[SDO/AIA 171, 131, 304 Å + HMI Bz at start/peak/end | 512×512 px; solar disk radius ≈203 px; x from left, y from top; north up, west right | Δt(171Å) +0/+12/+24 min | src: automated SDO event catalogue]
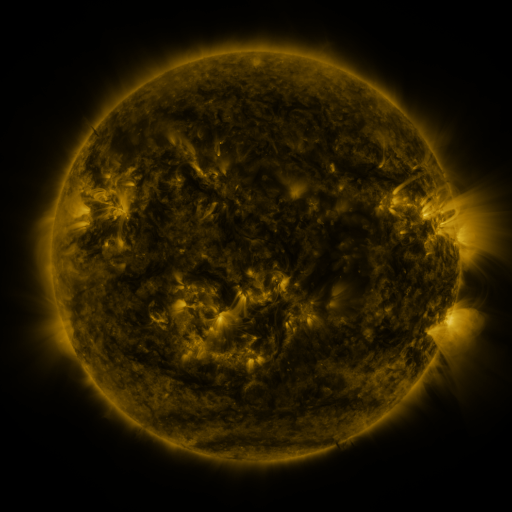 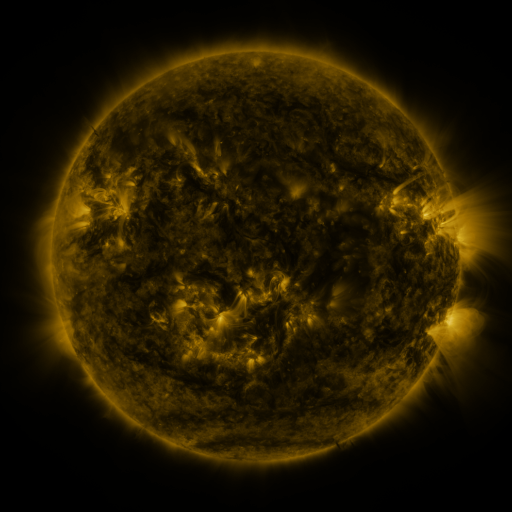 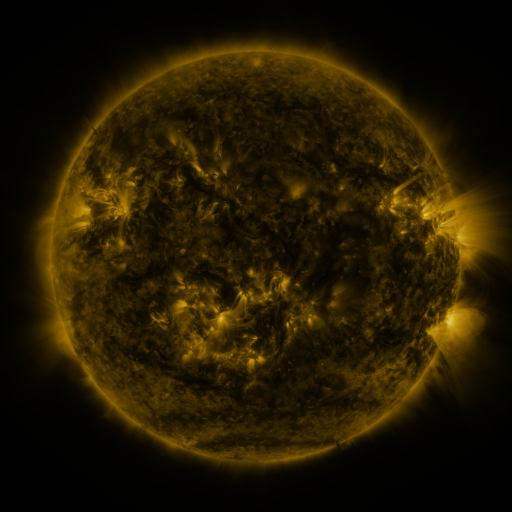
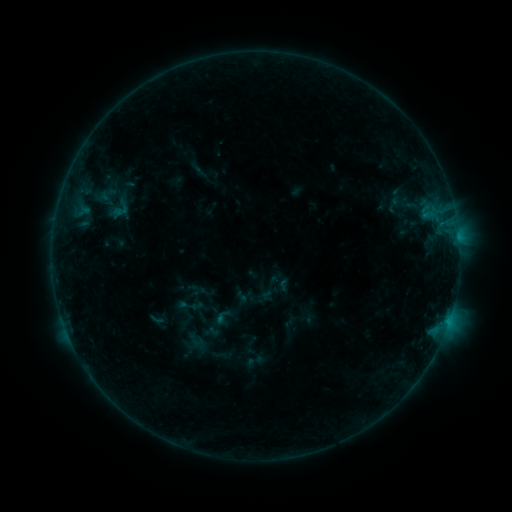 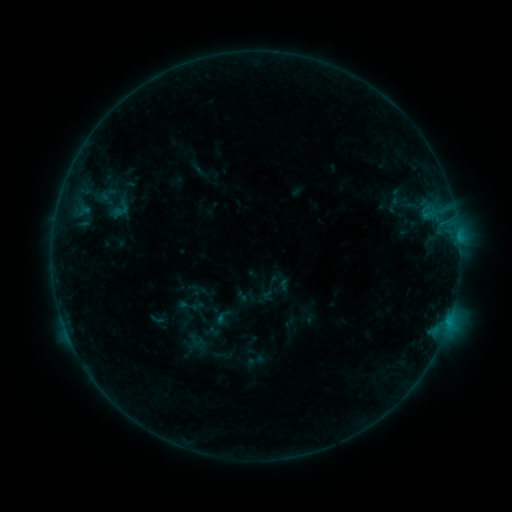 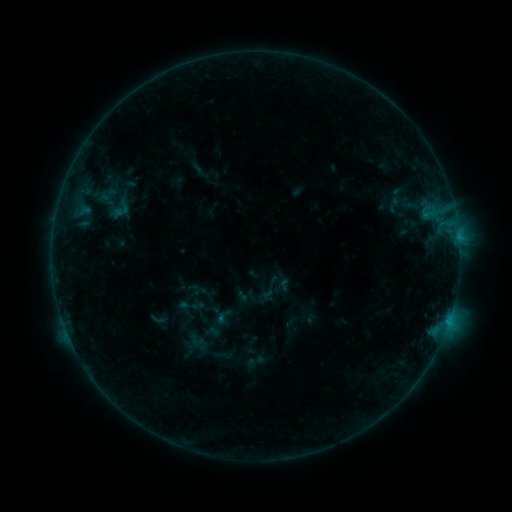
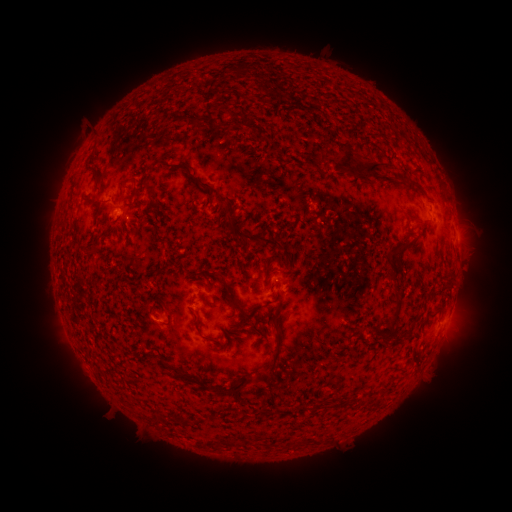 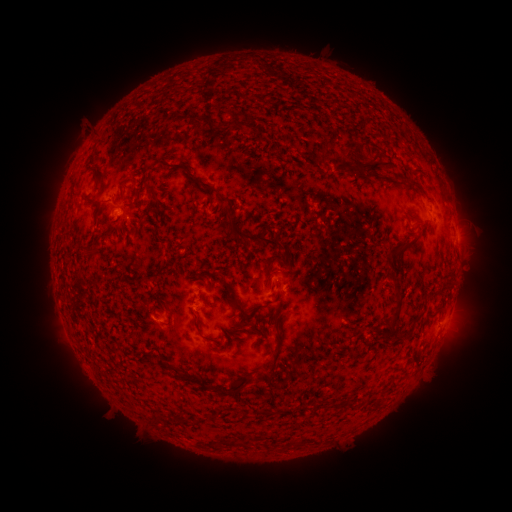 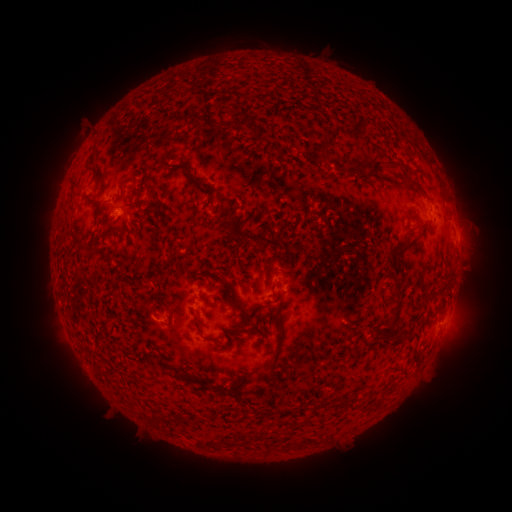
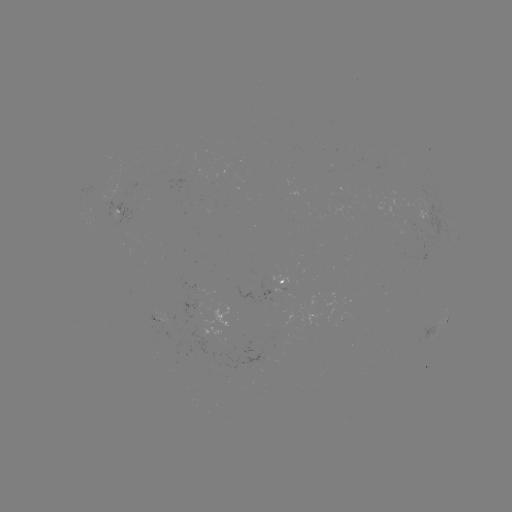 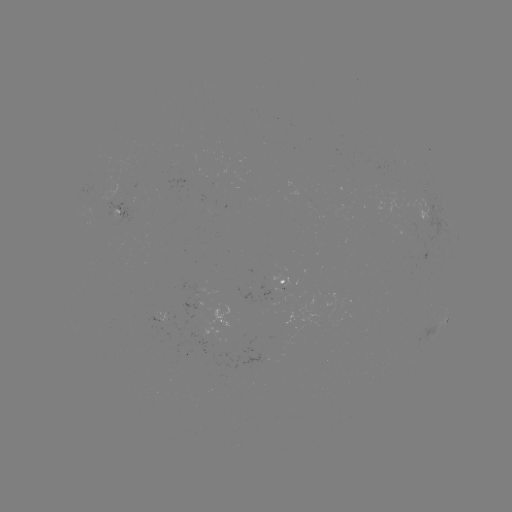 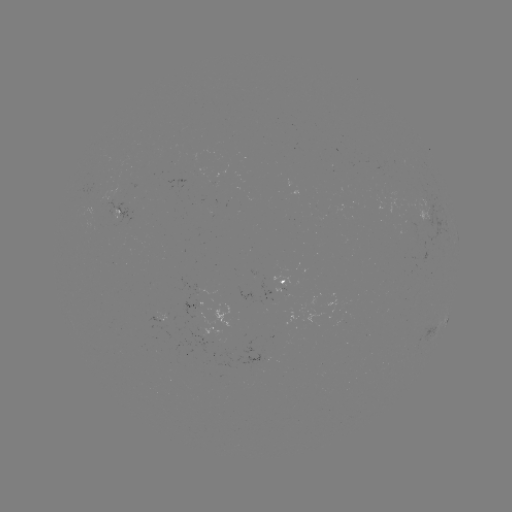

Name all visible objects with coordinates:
eruption: (277, 69)
